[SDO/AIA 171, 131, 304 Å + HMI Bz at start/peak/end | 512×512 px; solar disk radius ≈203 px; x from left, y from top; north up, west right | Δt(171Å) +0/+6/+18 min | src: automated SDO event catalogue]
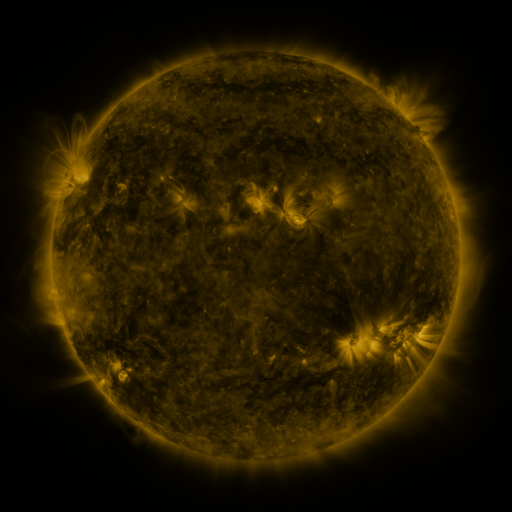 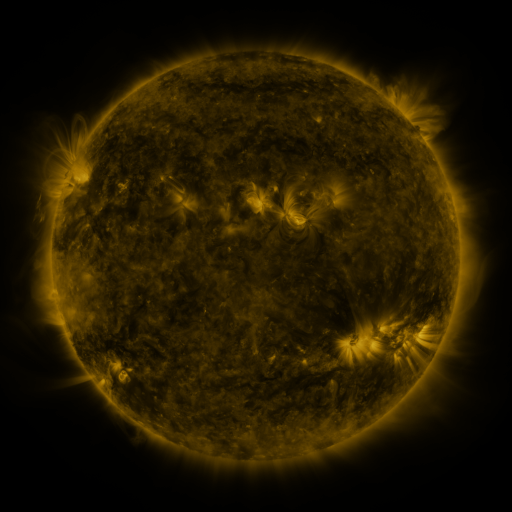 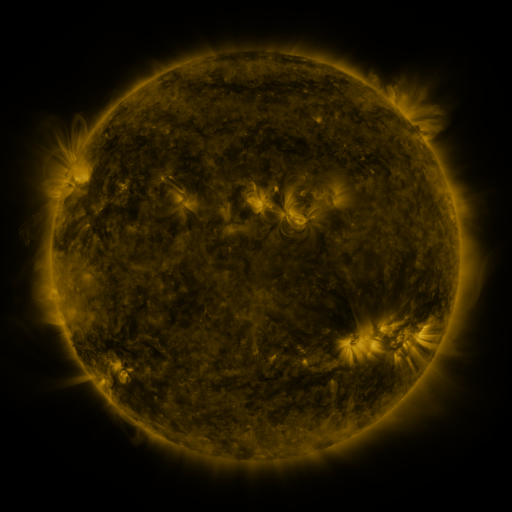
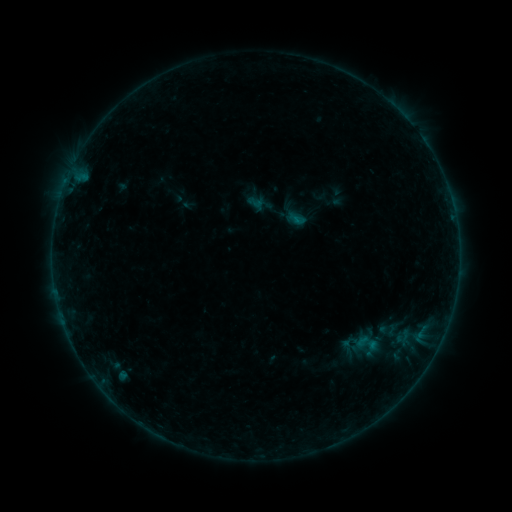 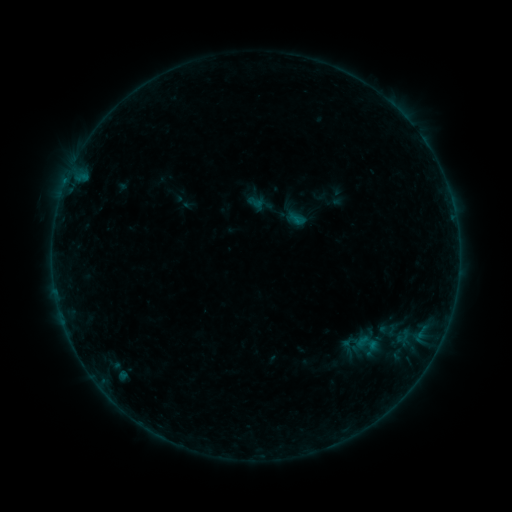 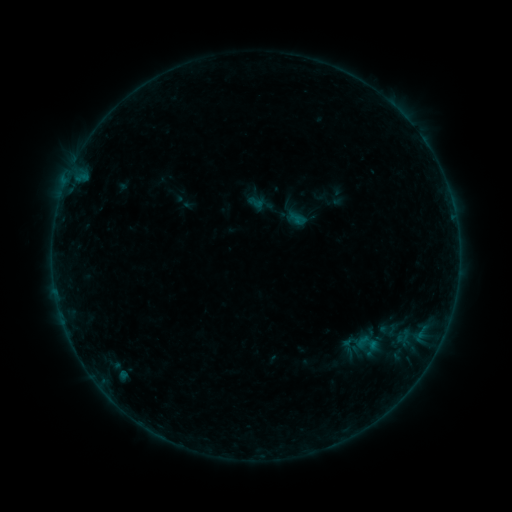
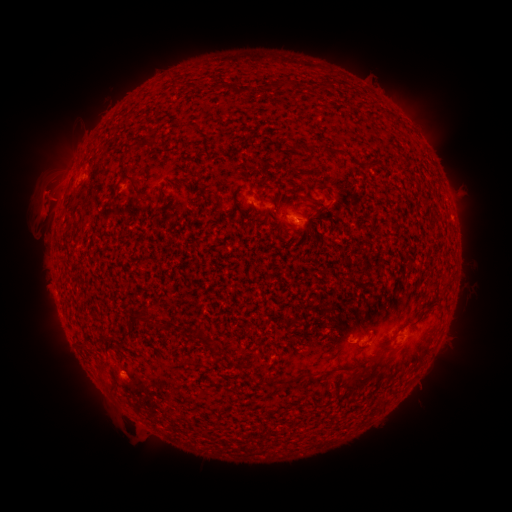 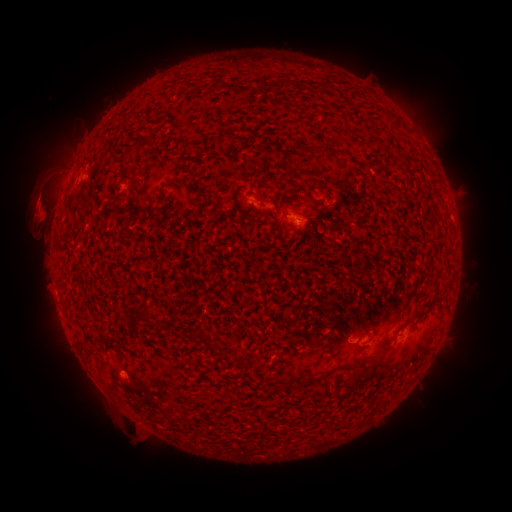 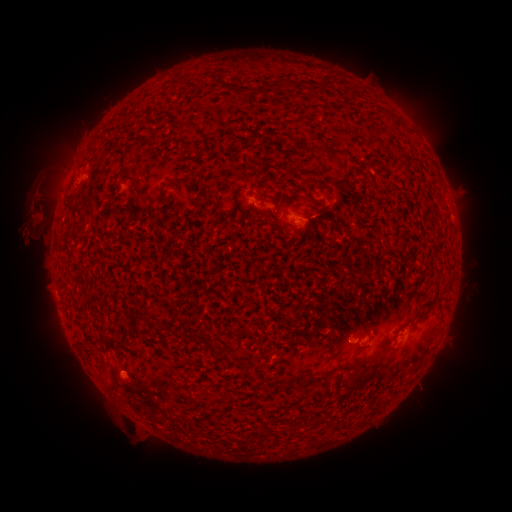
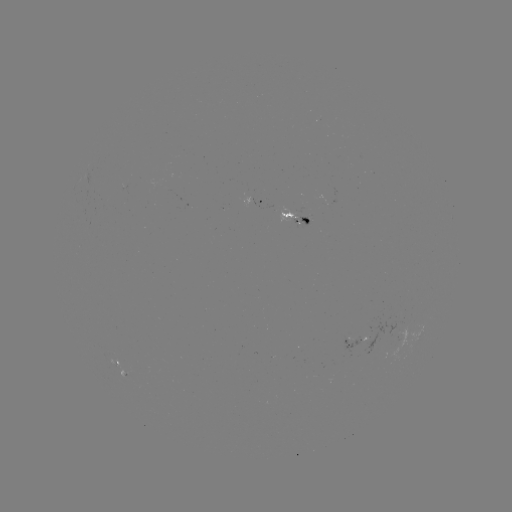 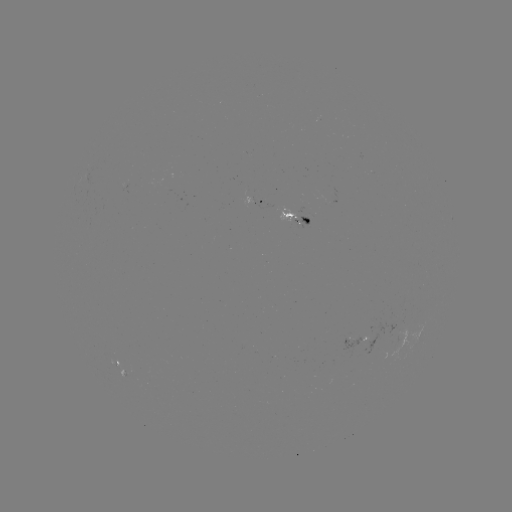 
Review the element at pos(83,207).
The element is eruption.